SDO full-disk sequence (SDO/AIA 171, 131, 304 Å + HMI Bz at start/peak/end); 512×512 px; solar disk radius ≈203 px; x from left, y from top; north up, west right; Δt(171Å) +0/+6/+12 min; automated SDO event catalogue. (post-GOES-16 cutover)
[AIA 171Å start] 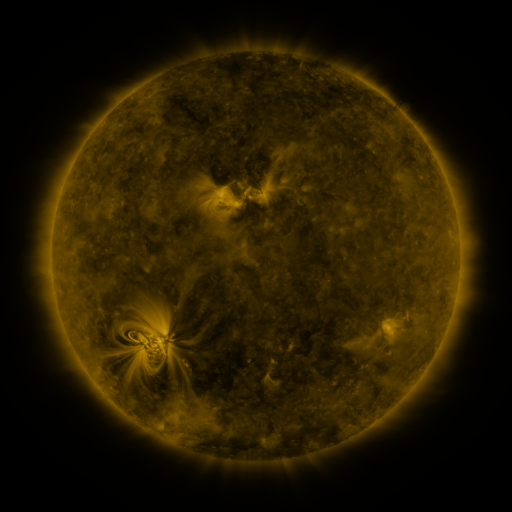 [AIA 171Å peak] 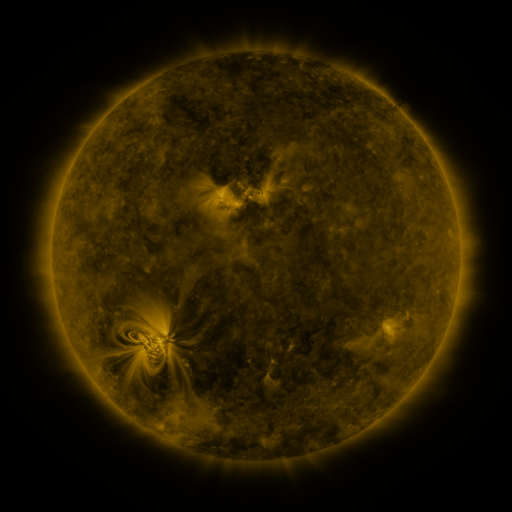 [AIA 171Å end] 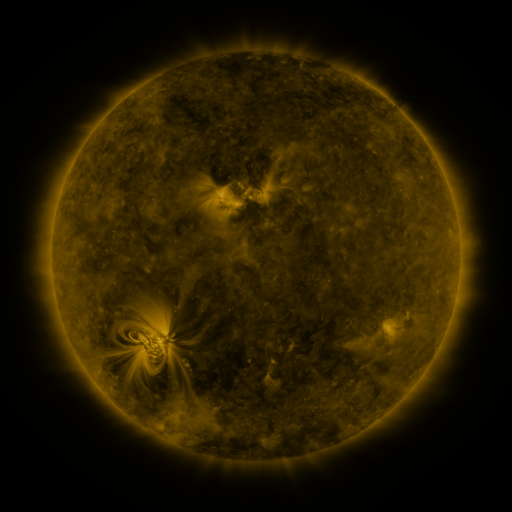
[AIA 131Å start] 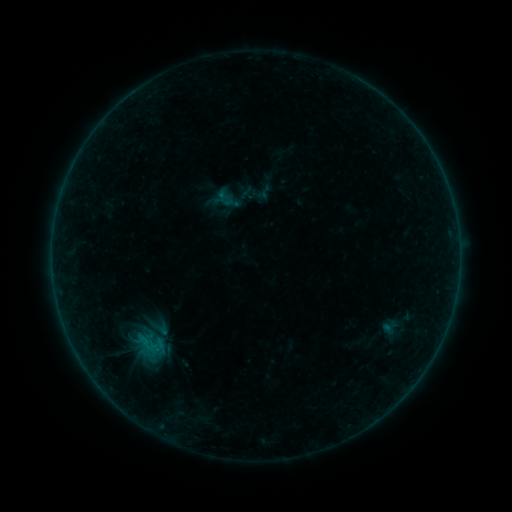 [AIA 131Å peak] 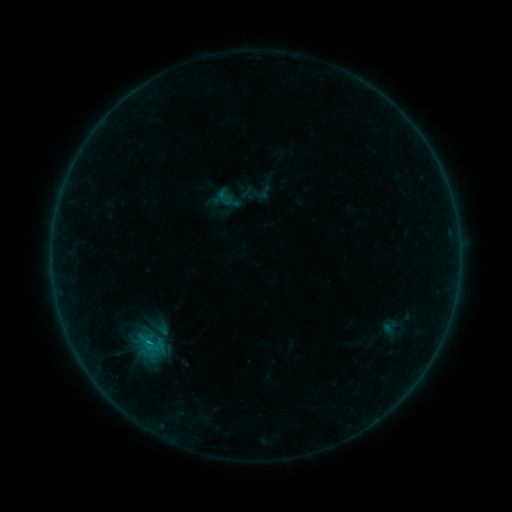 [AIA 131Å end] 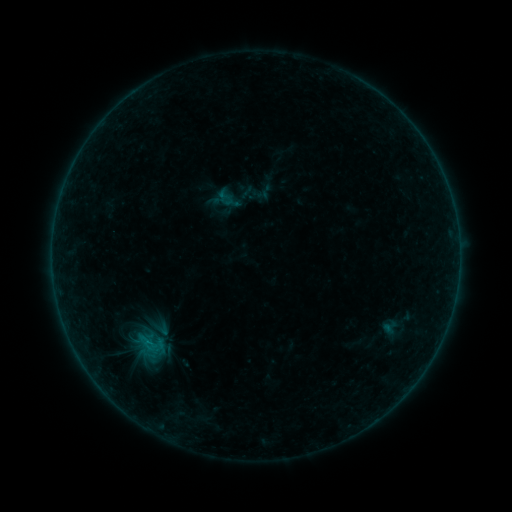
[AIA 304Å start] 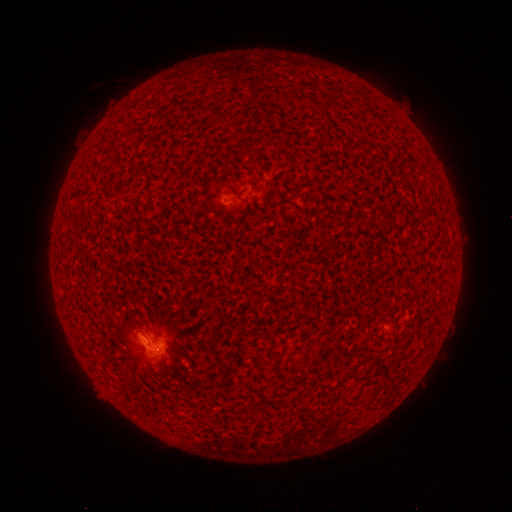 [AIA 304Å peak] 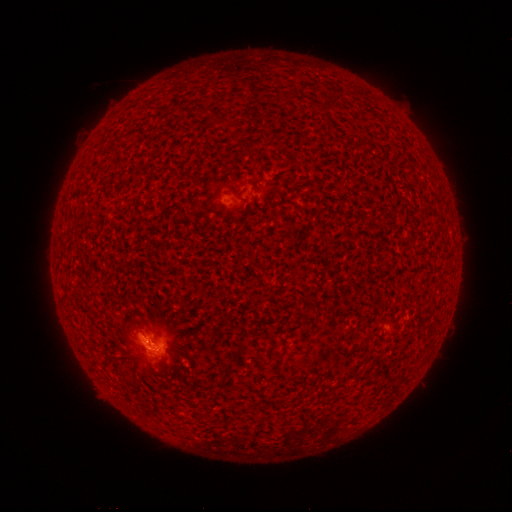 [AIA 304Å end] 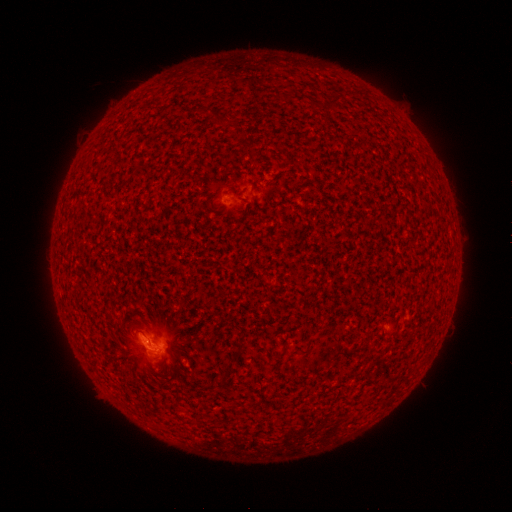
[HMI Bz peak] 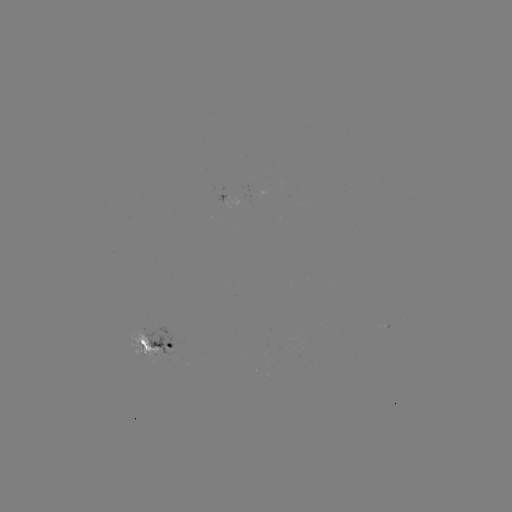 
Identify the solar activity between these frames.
B4.0 flare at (149, 339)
